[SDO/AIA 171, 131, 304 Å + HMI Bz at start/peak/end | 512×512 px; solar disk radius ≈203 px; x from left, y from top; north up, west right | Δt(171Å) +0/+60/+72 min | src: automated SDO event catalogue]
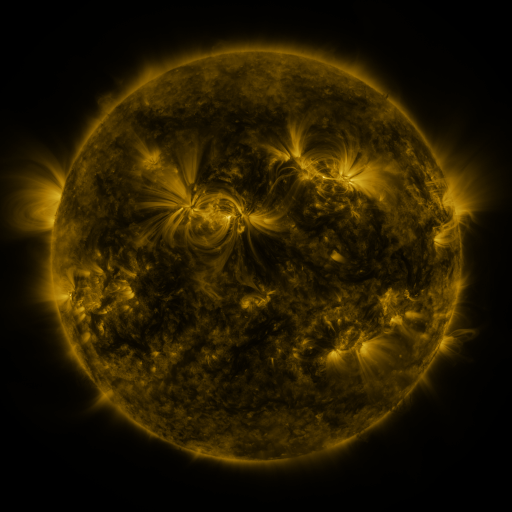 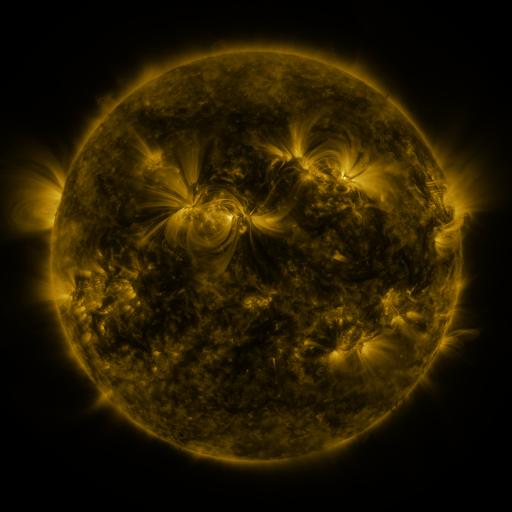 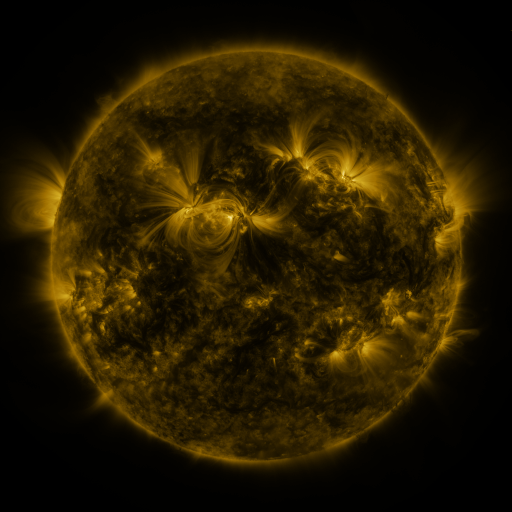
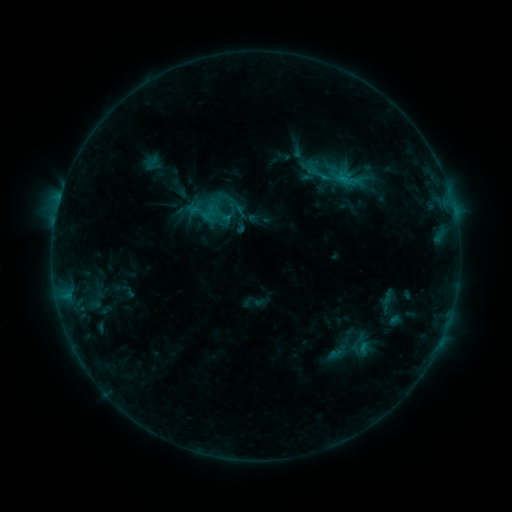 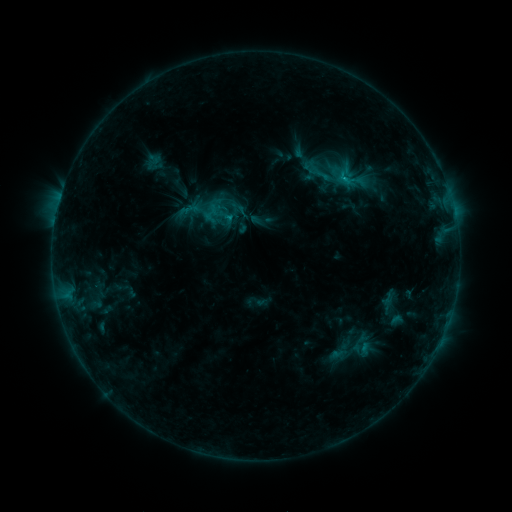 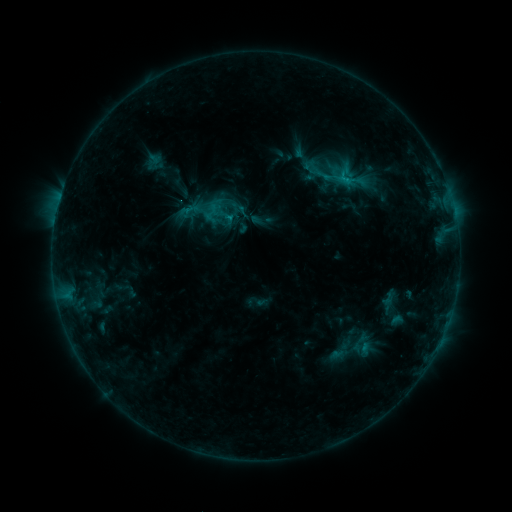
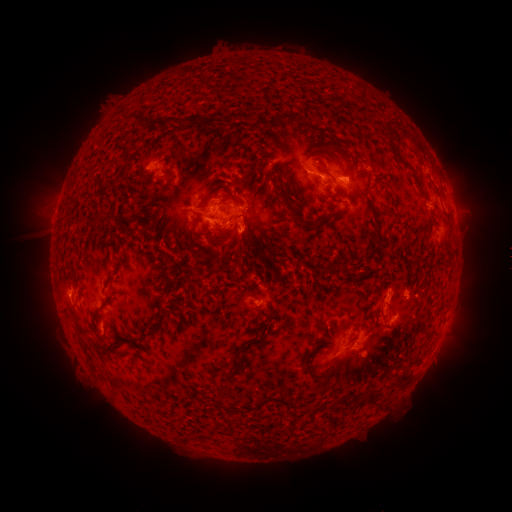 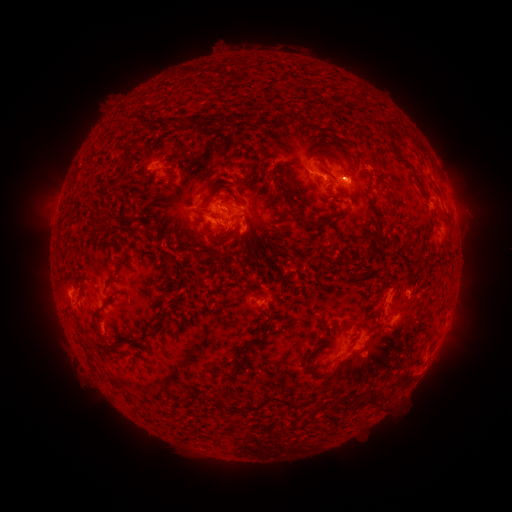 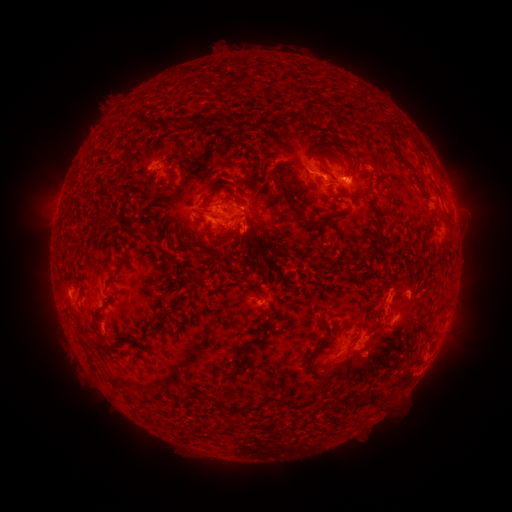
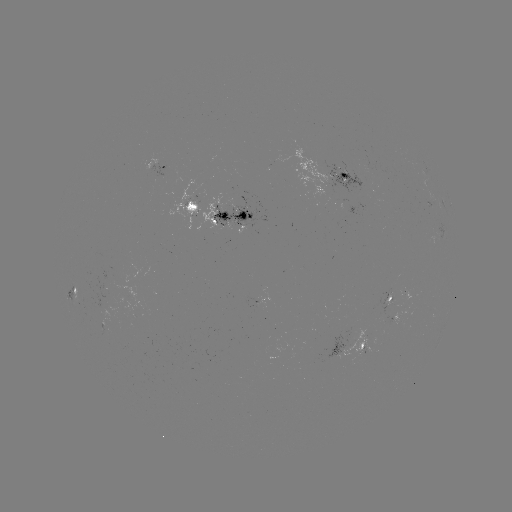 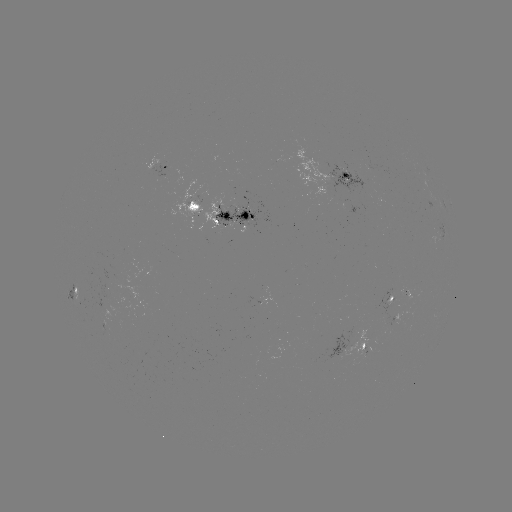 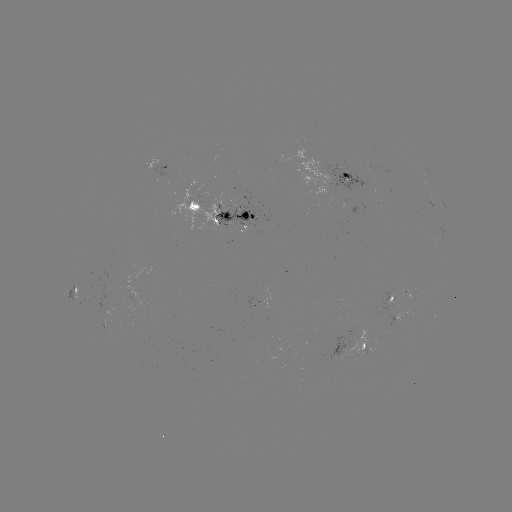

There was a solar emerging-flux region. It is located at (106, 320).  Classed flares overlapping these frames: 1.